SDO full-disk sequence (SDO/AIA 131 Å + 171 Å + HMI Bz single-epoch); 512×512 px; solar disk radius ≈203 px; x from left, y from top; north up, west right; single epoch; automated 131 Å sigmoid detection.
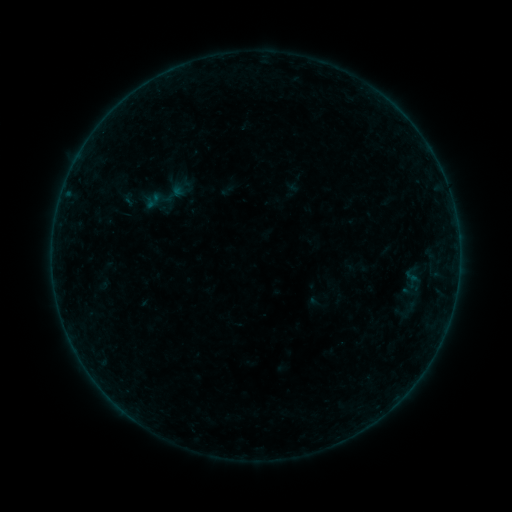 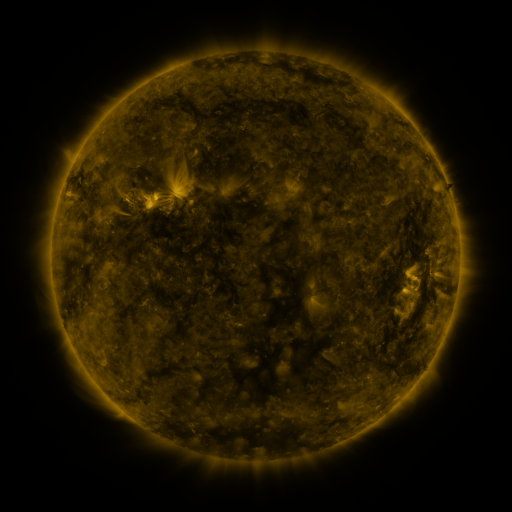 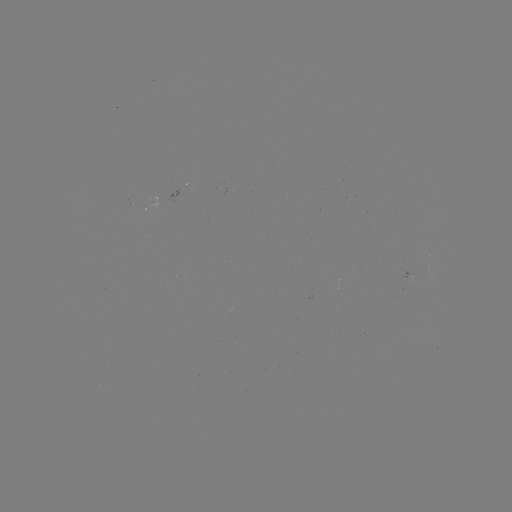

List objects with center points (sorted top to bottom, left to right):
sigmoid: (173, 193)
